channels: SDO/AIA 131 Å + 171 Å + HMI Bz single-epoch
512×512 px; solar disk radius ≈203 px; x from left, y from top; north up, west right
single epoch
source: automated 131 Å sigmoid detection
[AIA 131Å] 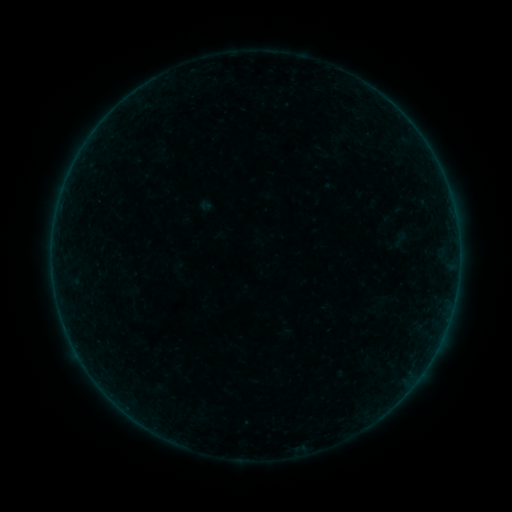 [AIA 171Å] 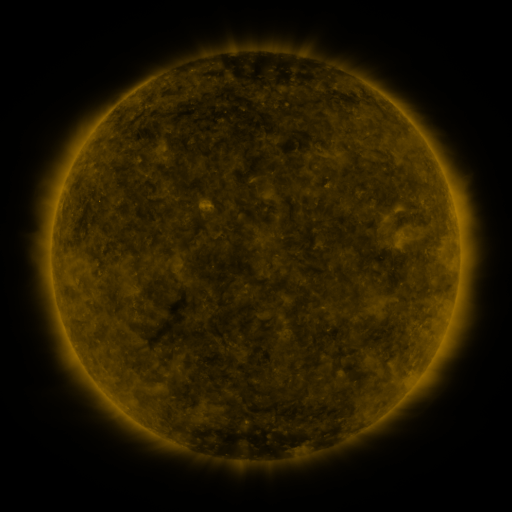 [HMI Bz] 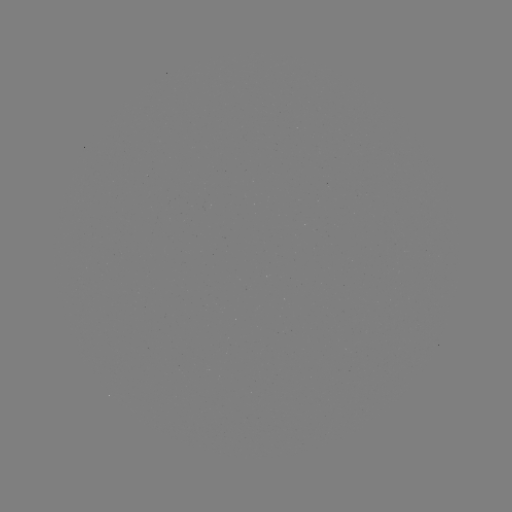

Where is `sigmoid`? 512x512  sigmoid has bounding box [389, 230, 409, 249].